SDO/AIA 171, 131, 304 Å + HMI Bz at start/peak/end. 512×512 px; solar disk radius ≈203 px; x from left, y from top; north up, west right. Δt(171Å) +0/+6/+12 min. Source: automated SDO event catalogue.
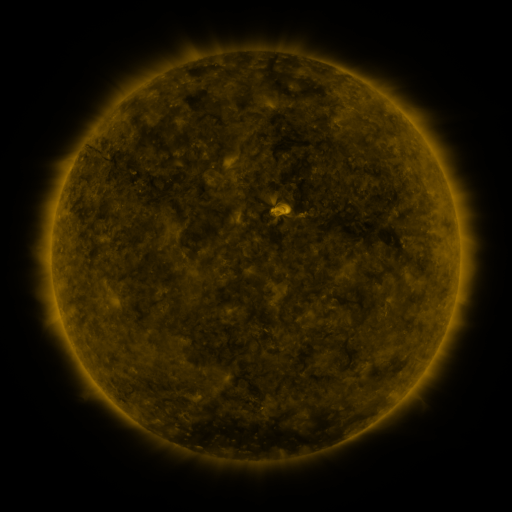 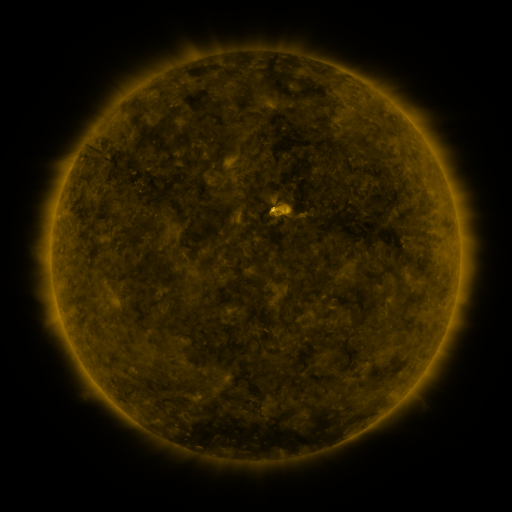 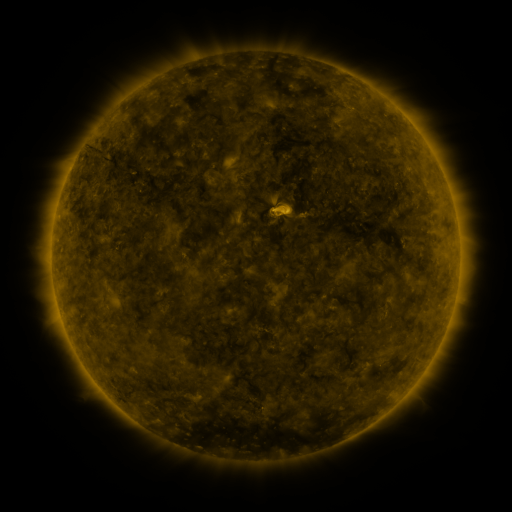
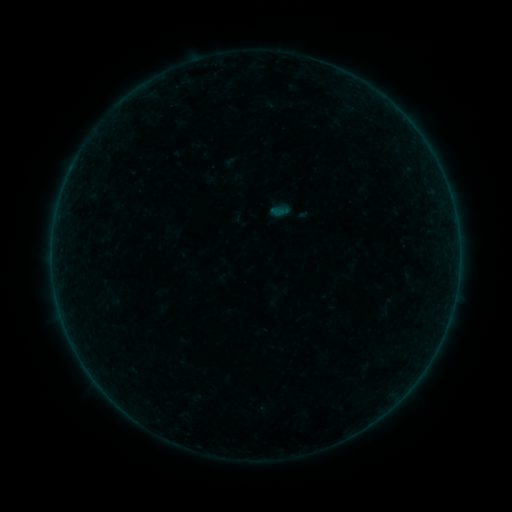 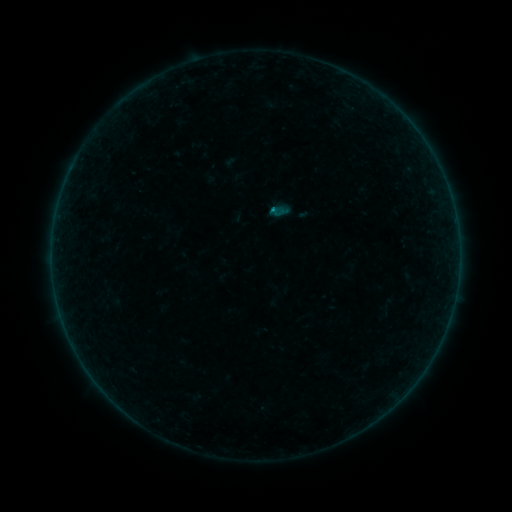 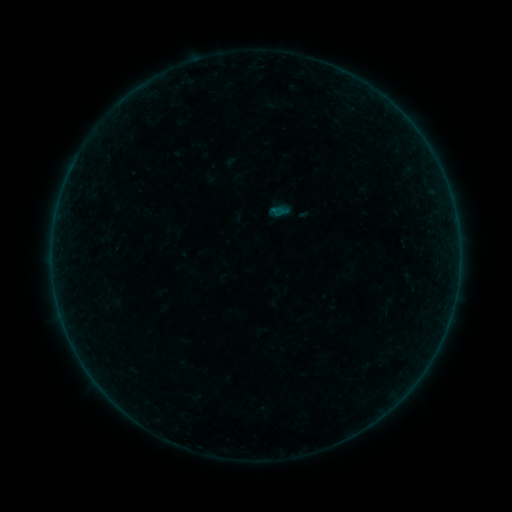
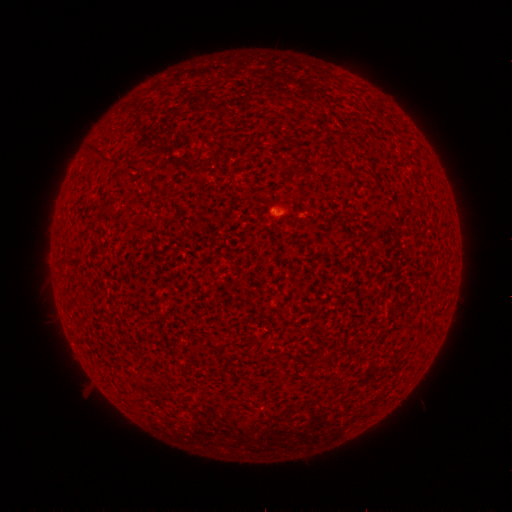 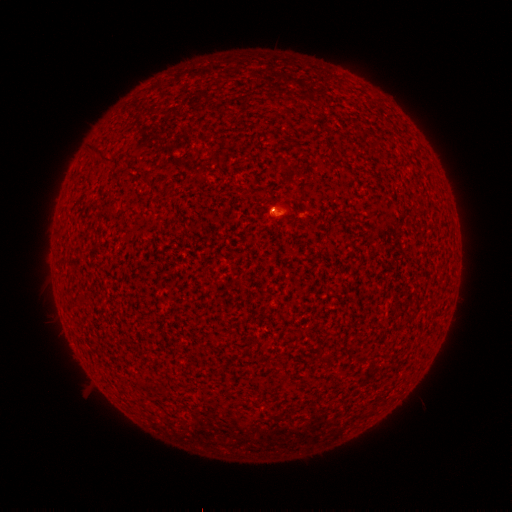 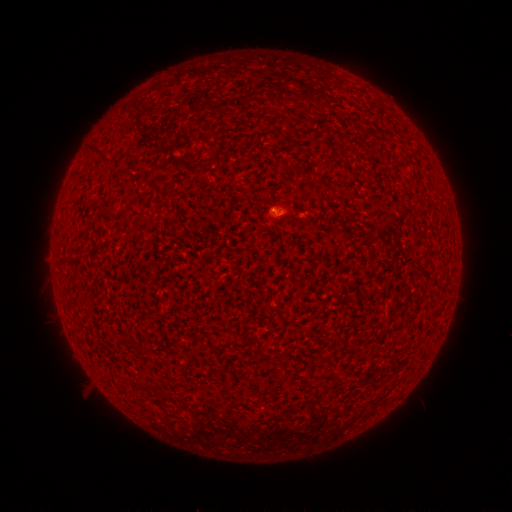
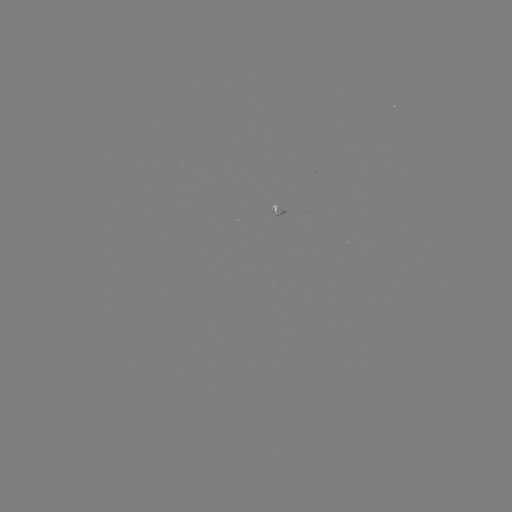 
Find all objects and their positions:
B1.0 flare: (270, 213)
